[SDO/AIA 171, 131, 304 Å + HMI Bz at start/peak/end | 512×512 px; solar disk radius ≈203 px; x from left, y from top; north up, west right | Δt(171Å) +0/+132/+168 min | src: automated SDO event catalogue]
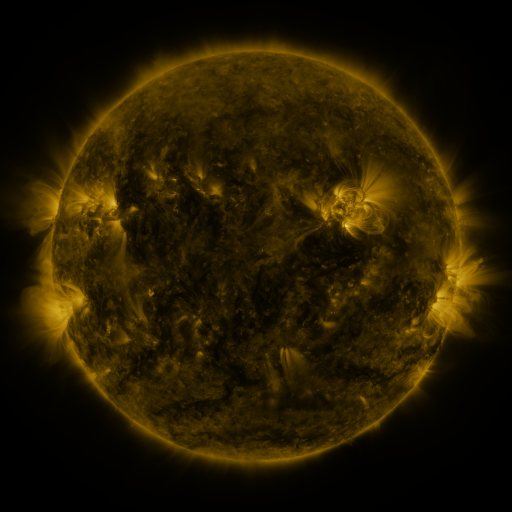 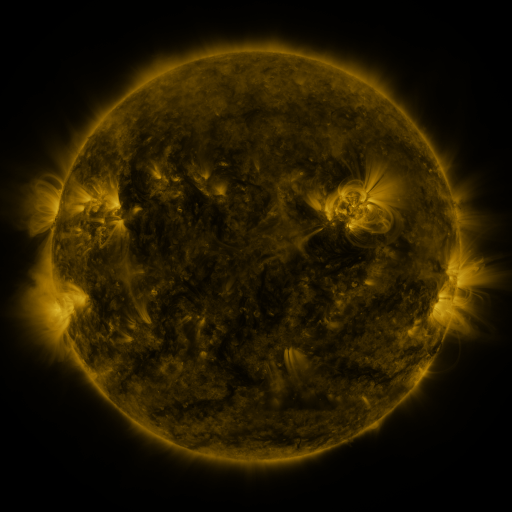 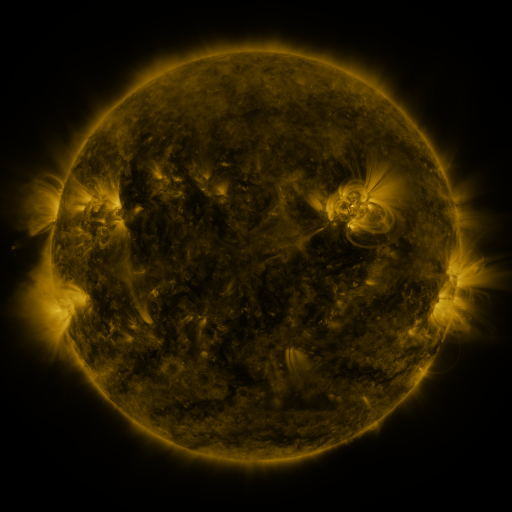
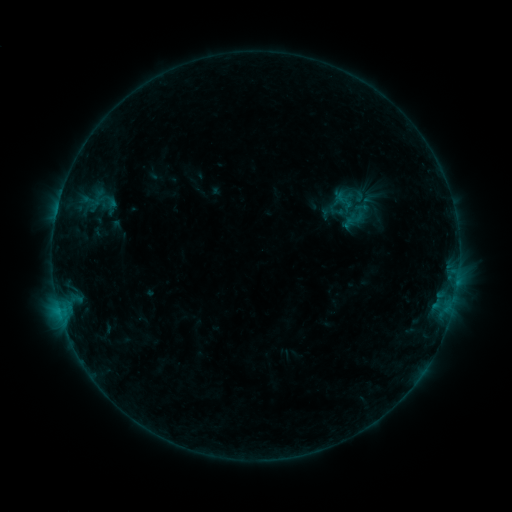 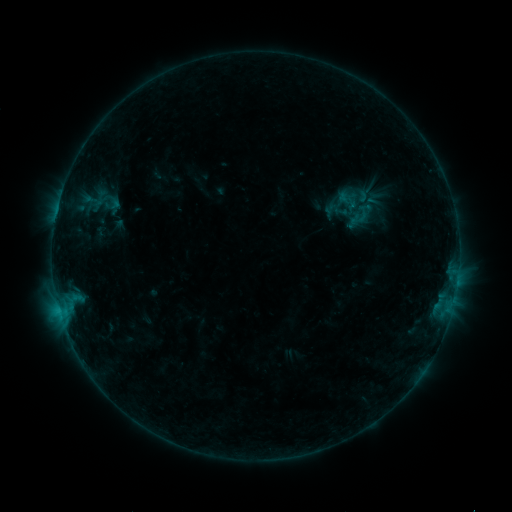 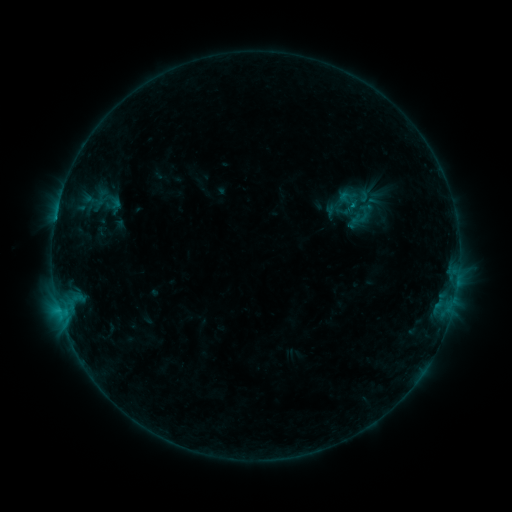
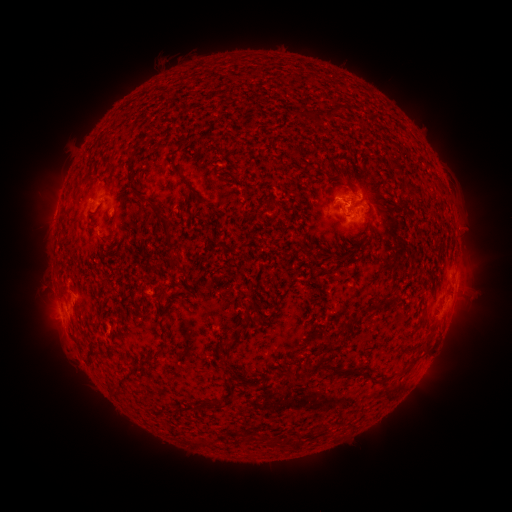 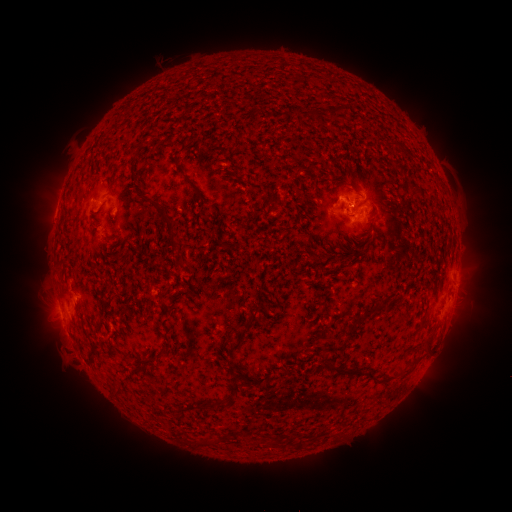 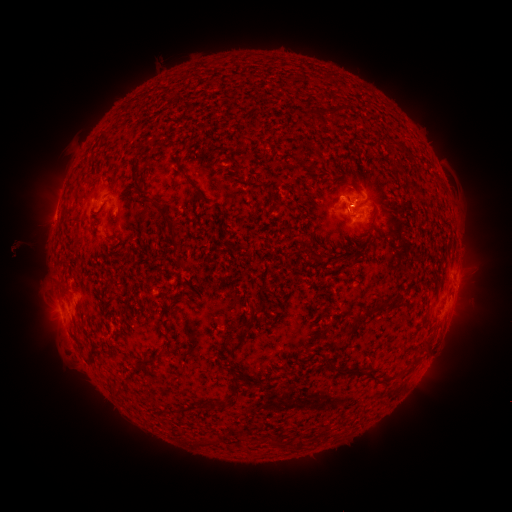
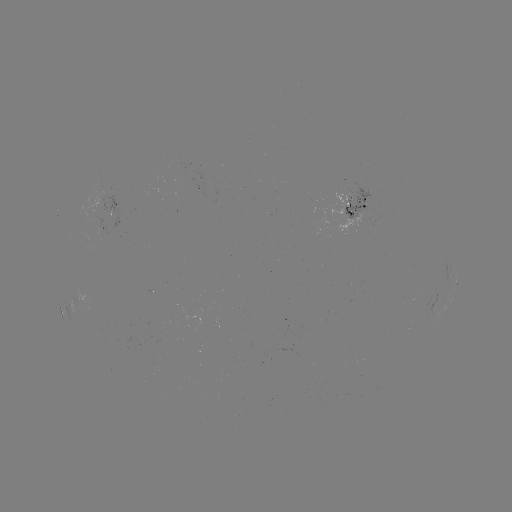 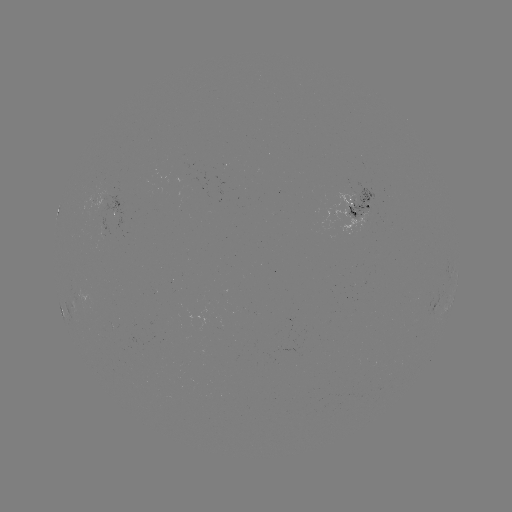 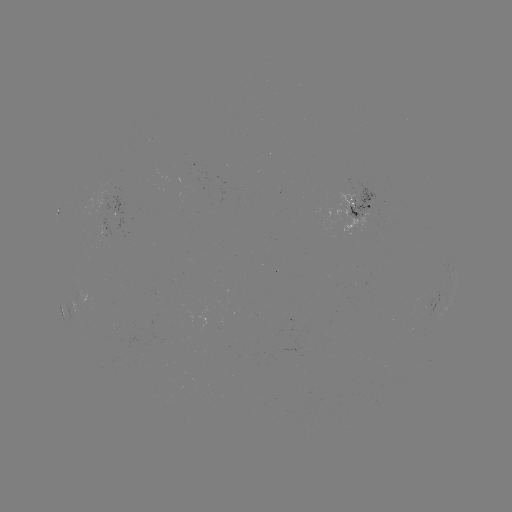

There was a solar emerging-flux region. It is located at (101, 333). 